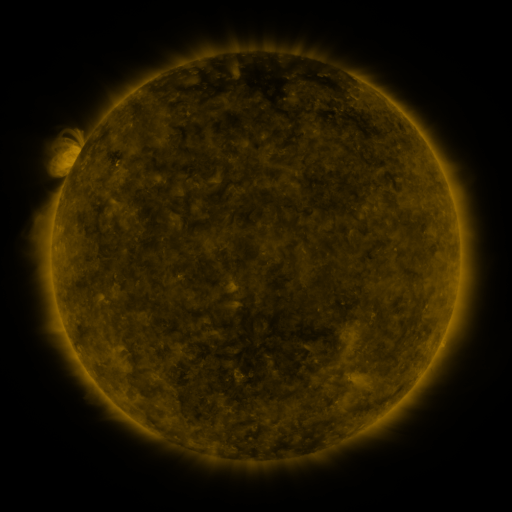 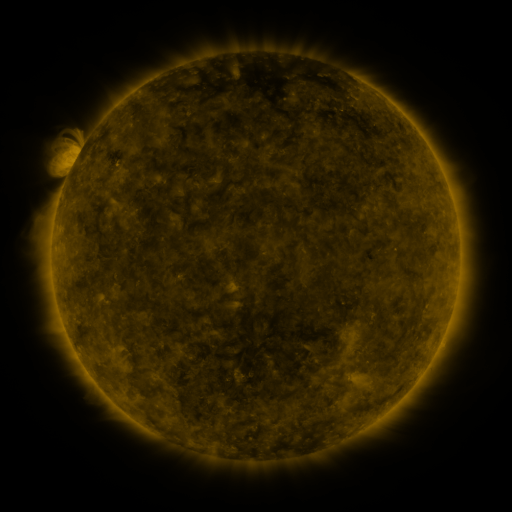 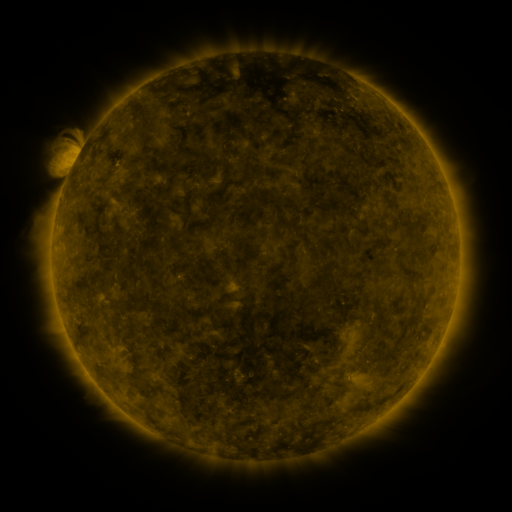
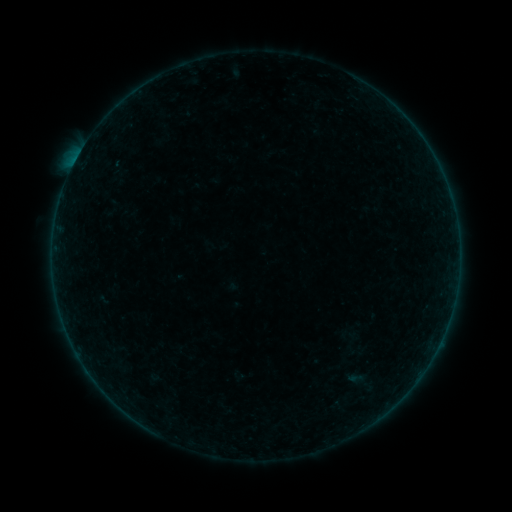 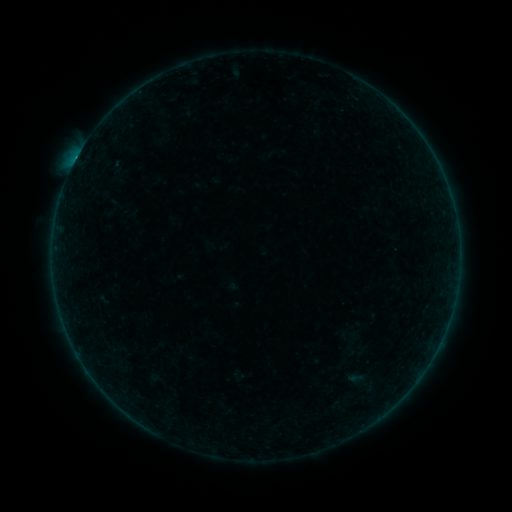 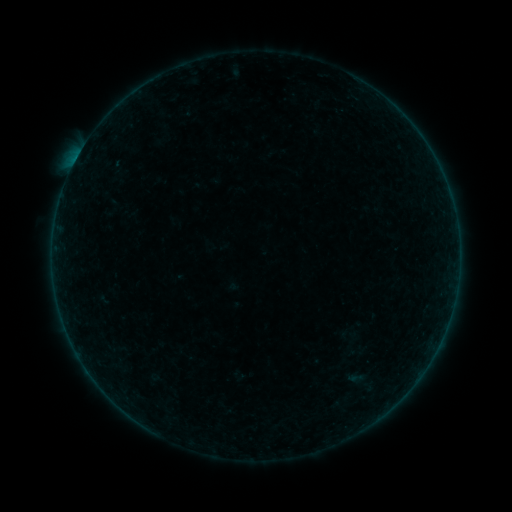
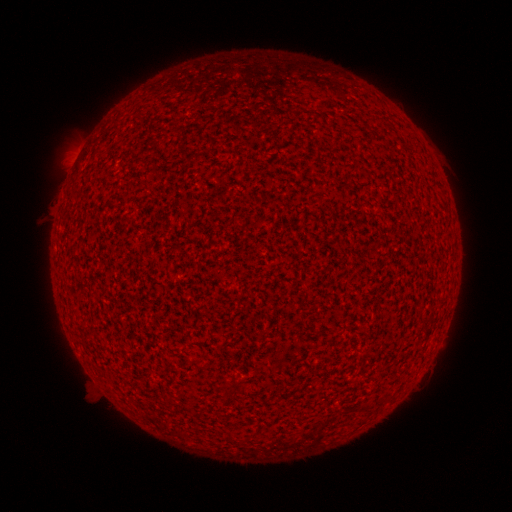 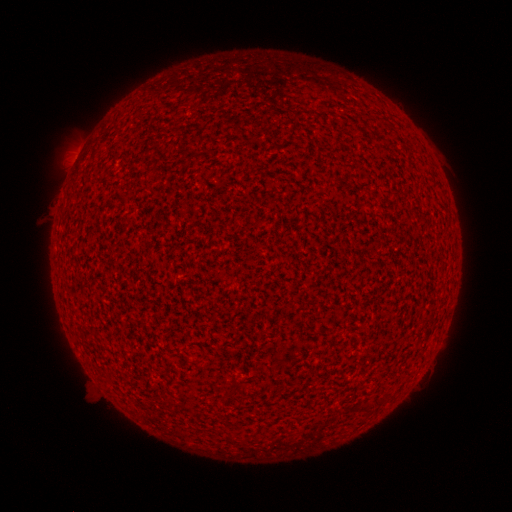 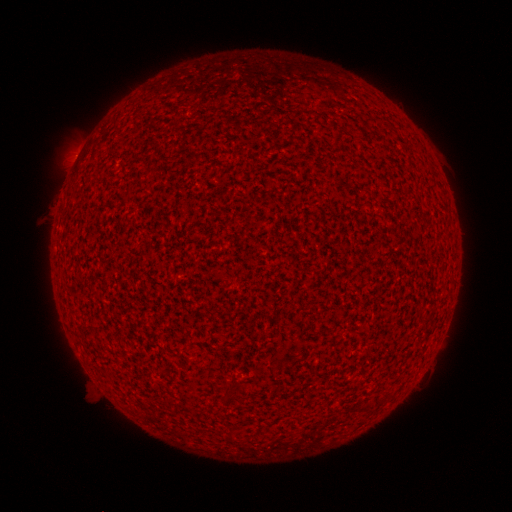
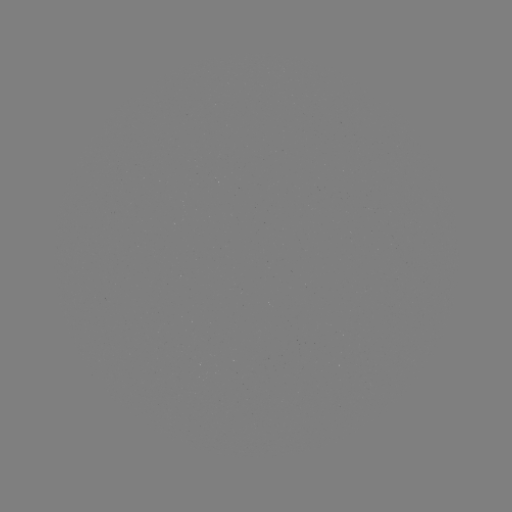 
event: flare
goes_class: B1.7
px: (76, 162)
